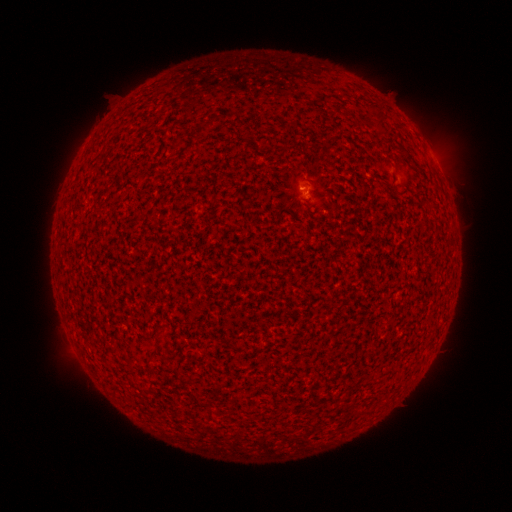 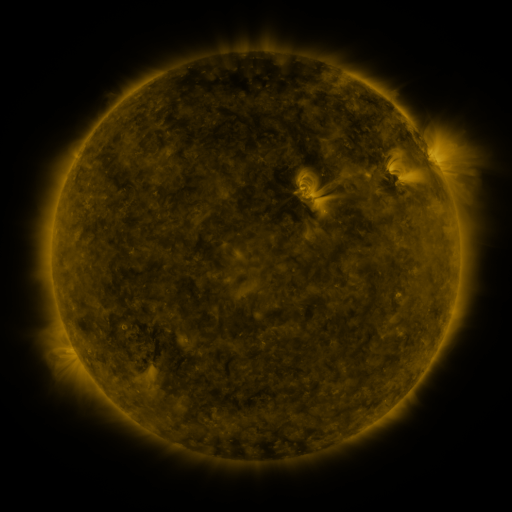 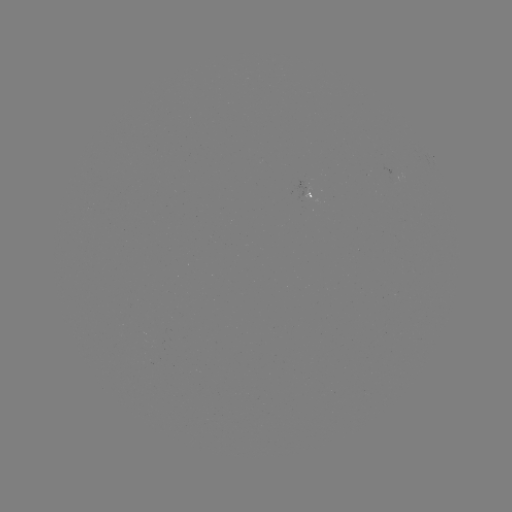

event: spotted active region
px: (310, 196)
